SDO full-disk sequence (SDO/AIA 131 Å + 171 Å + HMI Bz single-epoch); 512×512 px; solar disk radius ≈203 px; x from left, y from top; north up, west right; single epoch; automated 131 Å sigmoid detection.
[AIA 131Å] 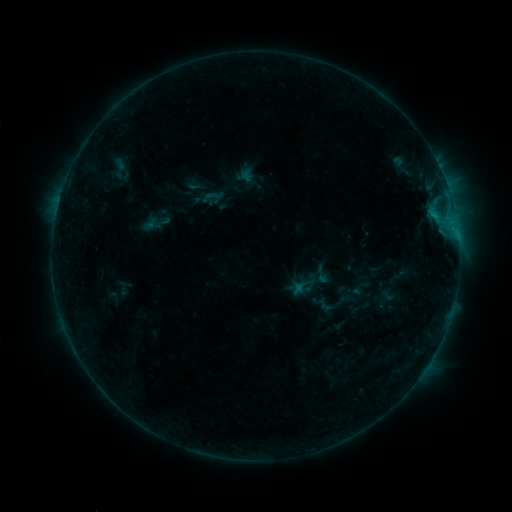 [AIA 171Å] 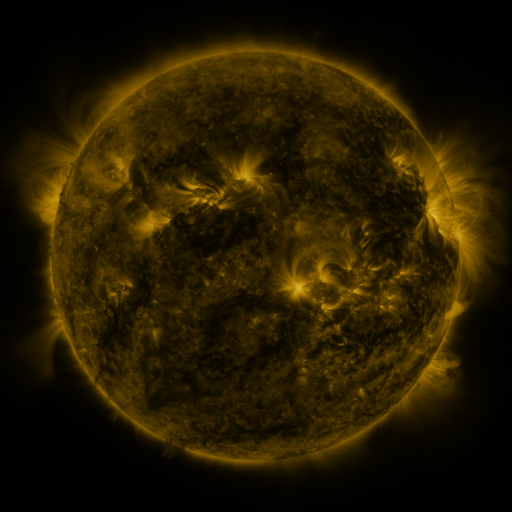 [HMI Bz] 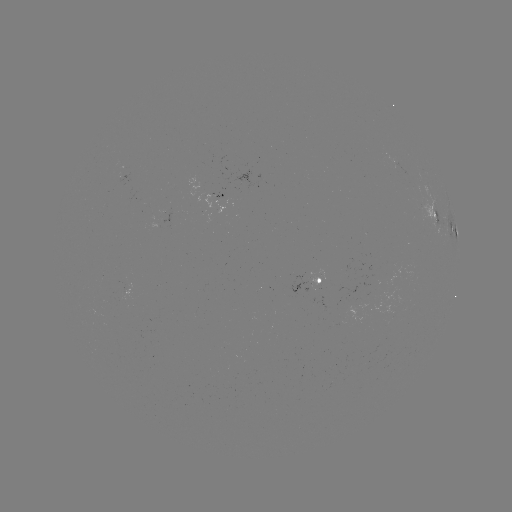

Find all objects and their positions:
sigmoid: (214, 196)
sigmoid: (322, 274)
